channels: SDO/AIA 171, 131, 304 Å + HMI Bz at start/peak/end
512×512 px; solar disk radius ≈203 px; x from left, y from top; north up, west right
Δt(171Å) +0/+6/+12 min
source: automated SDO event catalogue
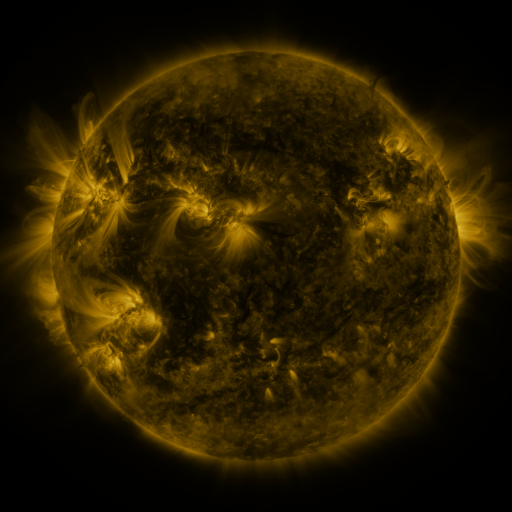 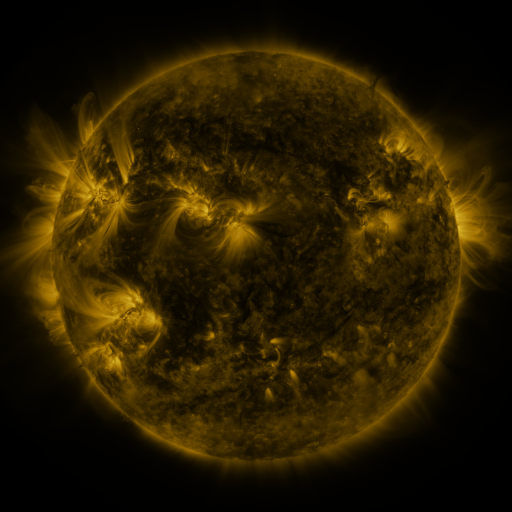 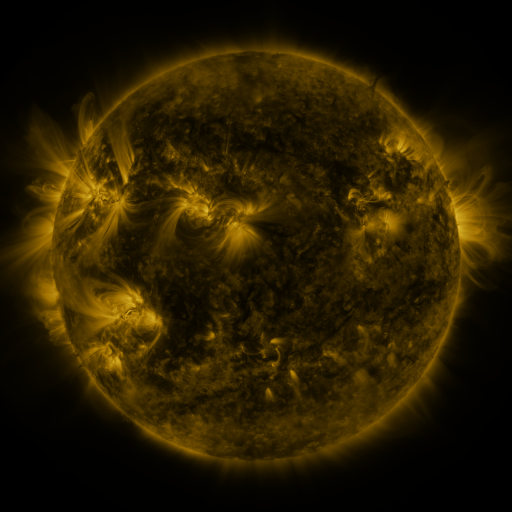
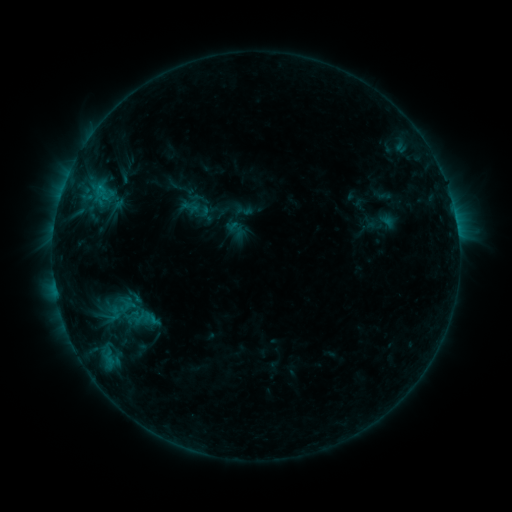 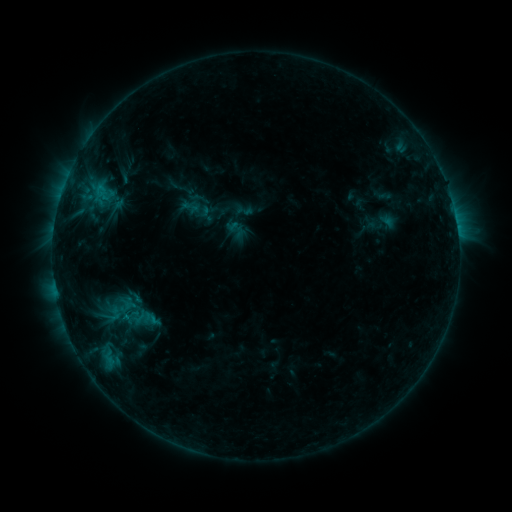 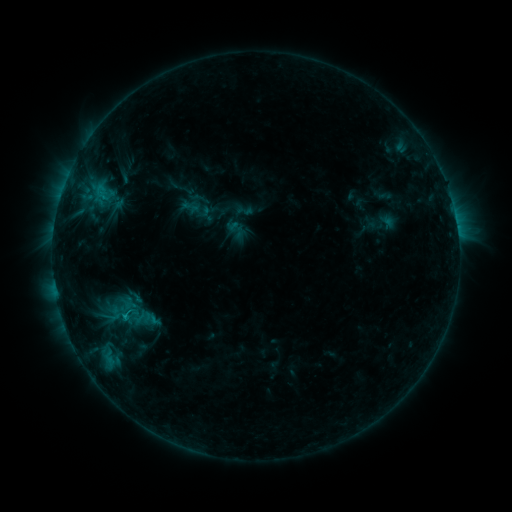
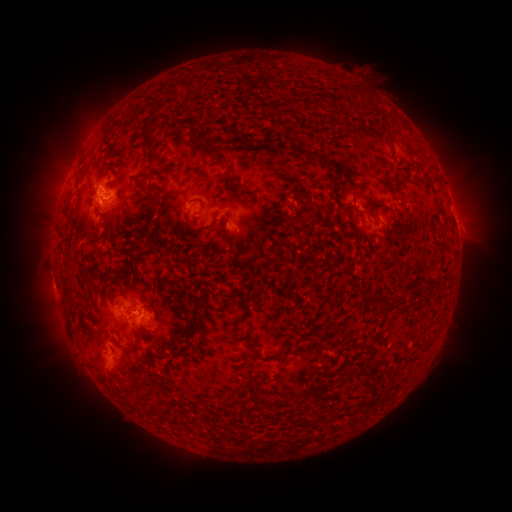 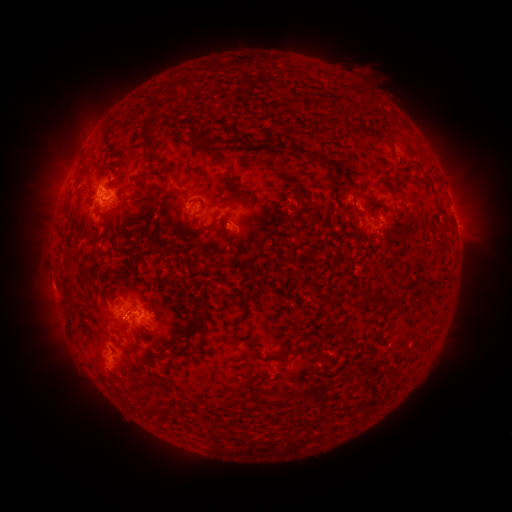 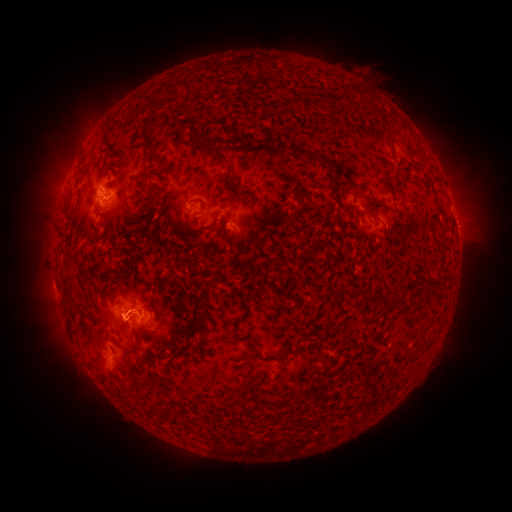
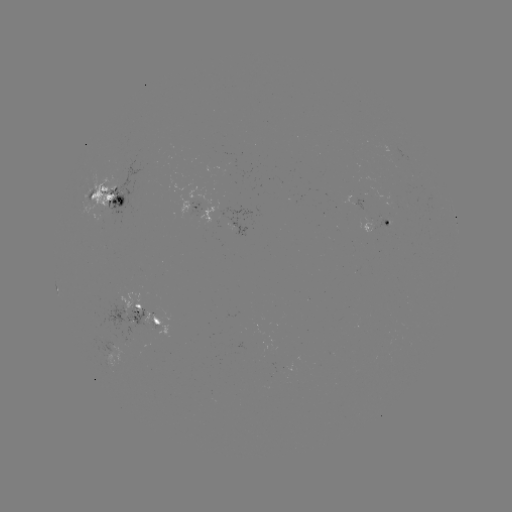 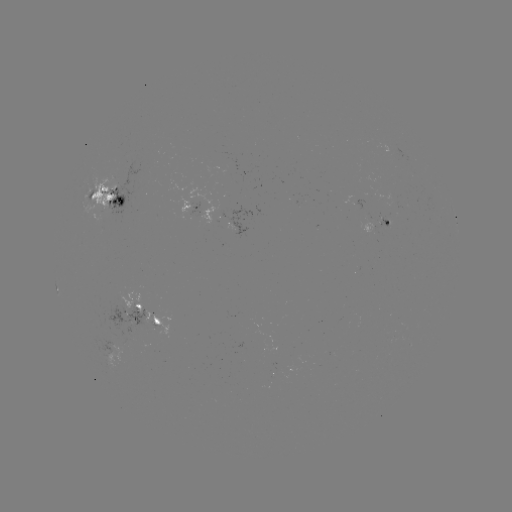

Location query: eruption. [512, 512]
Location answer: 120,321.